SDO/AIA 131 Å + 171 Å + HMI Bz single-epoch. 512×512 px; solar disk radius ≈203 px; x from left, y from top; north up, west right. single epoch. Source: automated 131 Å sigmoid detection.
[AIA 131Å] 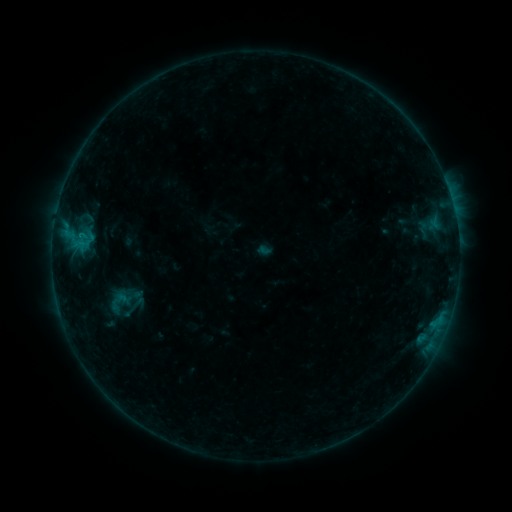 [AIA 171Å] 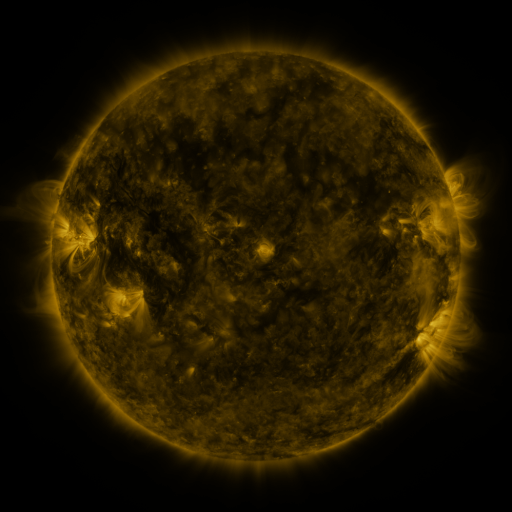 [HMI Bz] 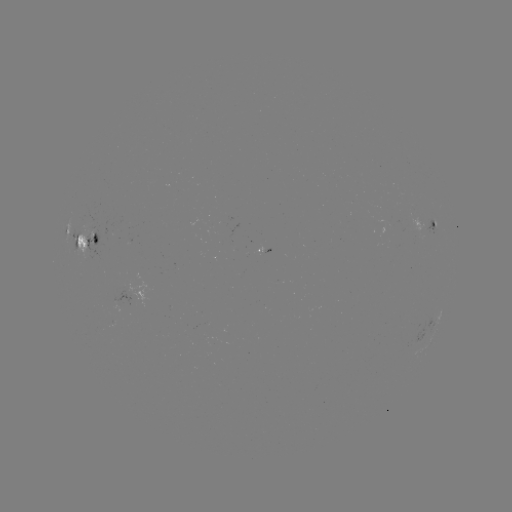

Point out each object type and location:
sigmoid: (120, 301)
sigmoid: (136, 304)
